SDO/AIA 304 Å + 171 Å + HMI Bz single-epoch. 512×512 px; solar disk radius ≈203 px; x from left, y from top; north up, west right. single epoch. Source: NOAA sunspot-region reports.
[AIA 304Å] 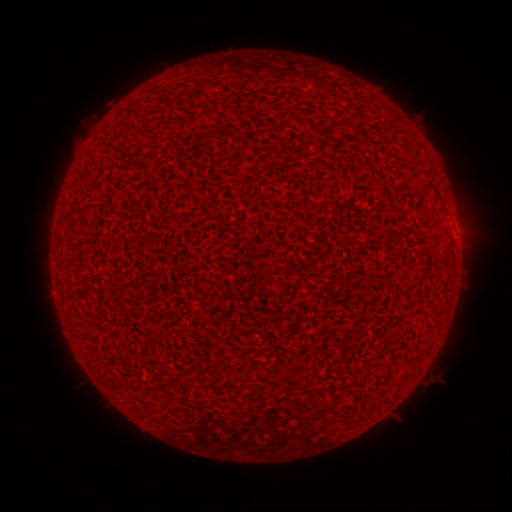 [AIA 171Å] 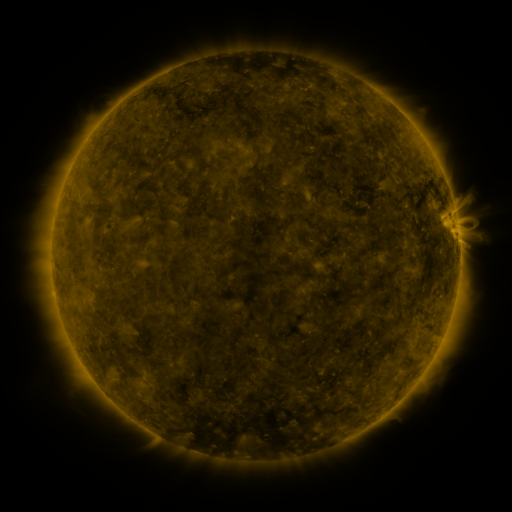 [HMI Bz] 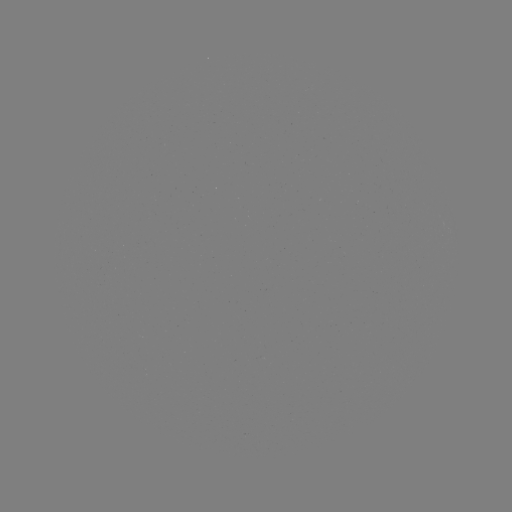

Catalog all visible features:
(none)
